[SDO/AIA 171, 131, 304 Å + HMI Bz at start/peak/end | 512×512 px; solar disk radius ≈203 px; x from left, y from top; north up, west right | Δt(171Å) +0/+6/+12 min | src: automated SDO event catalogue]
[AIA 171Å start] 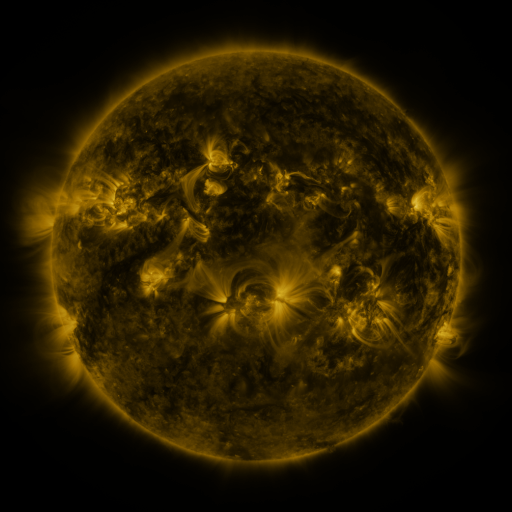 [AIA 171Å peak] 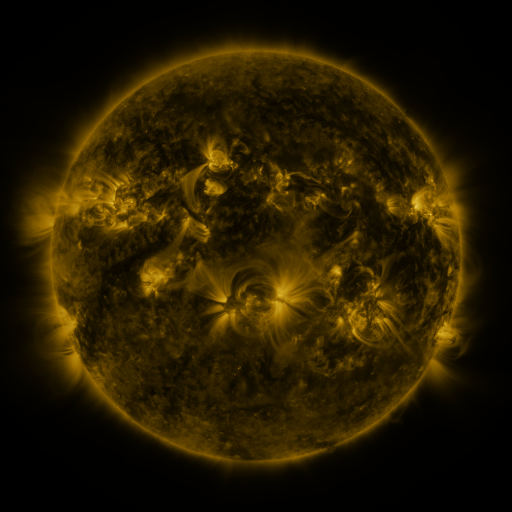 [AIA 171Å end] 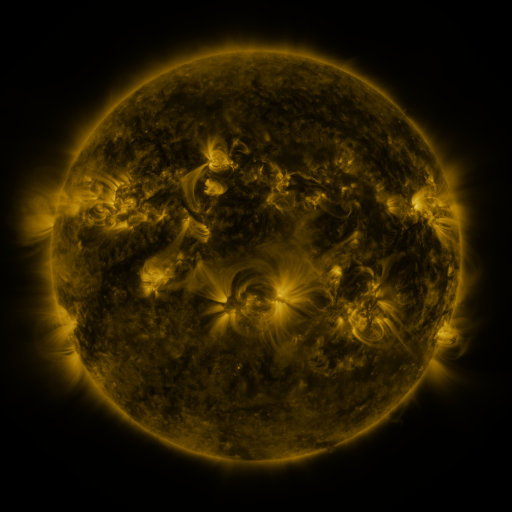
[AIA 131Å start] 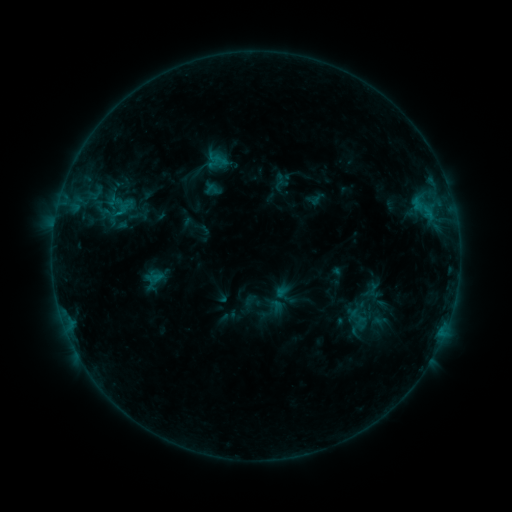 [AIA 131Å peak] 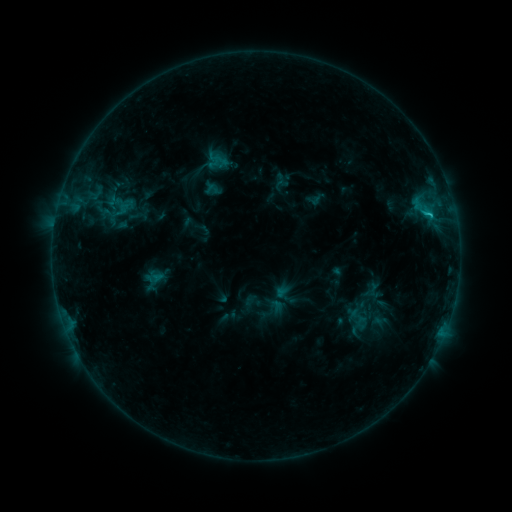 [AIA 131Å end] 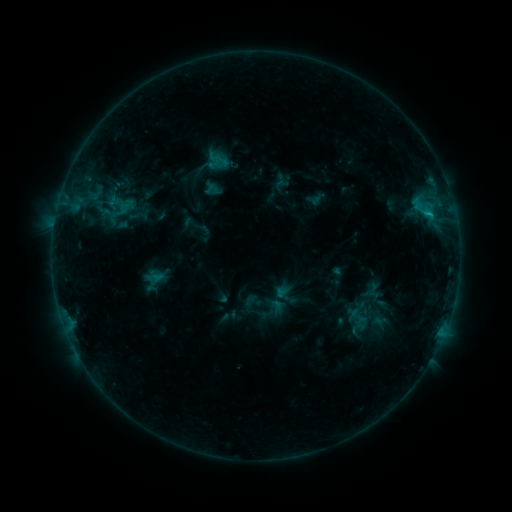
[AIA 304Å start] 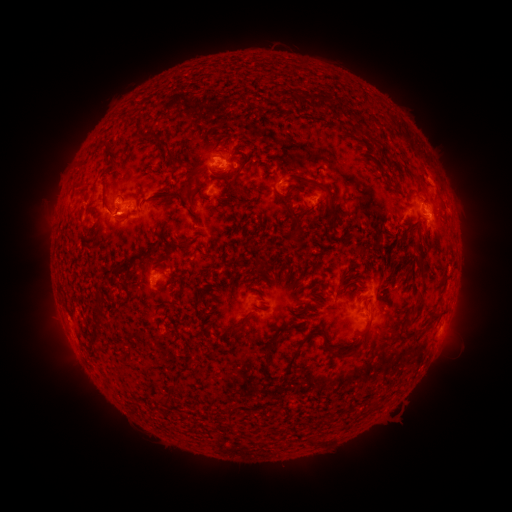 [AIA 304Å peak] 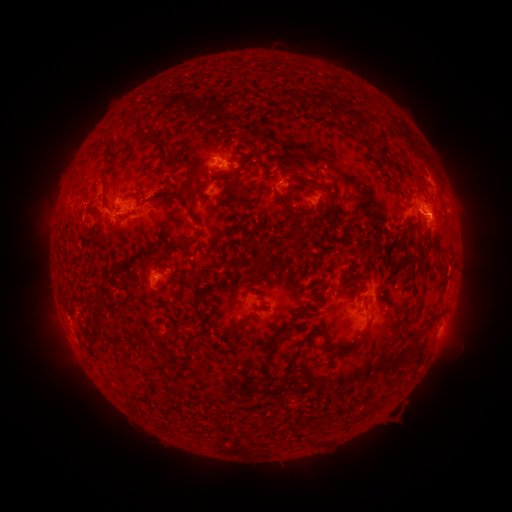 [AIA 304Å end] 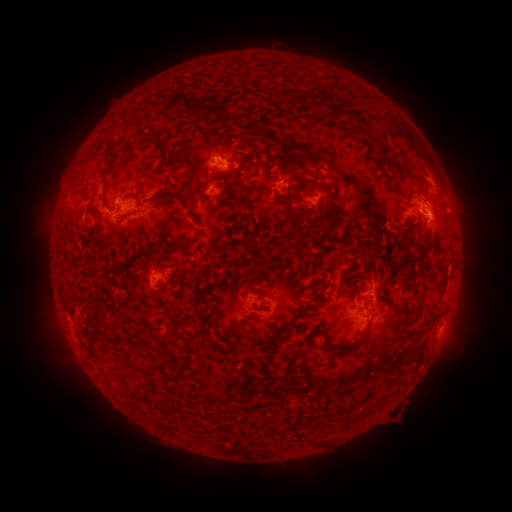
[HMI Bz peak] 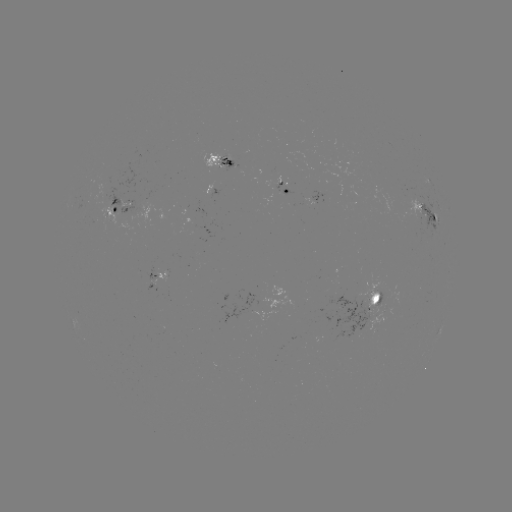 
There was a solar flare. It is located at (428, 216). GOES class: B9.9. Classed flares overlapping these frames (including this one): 1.